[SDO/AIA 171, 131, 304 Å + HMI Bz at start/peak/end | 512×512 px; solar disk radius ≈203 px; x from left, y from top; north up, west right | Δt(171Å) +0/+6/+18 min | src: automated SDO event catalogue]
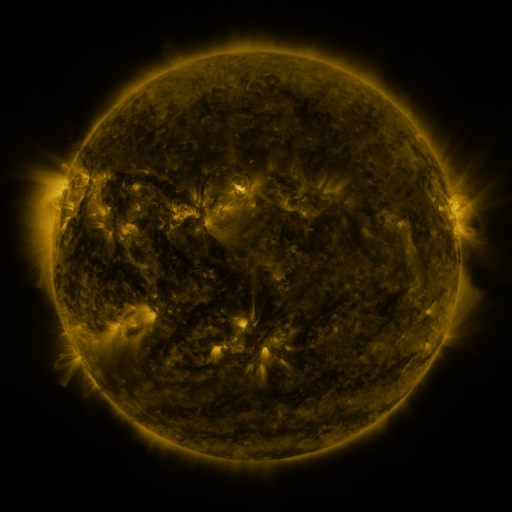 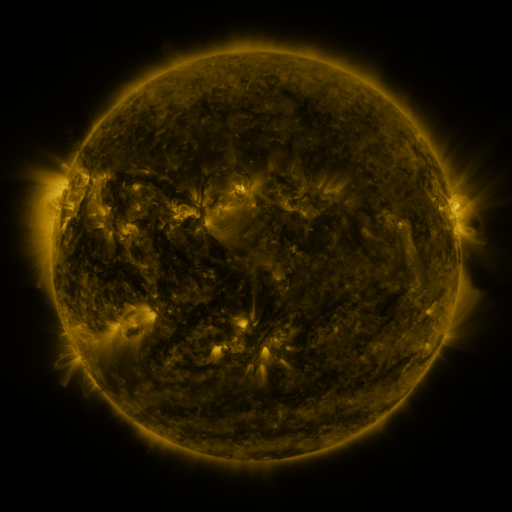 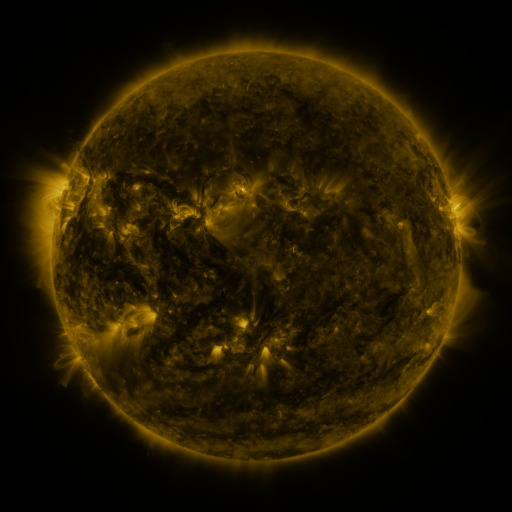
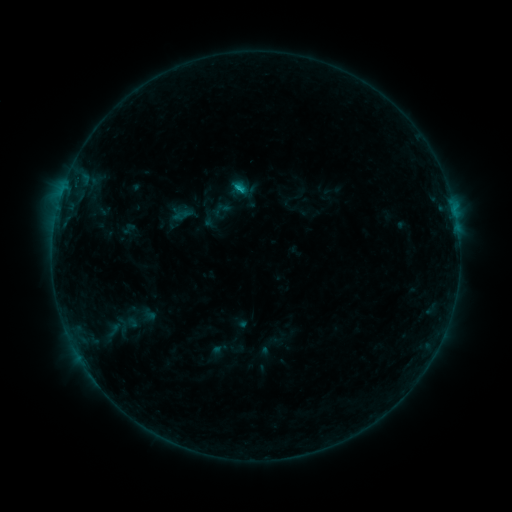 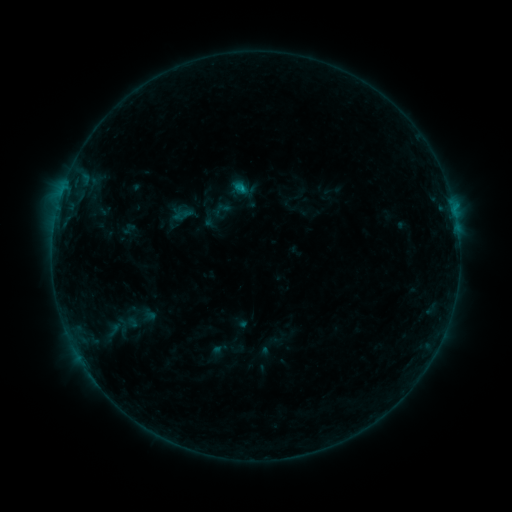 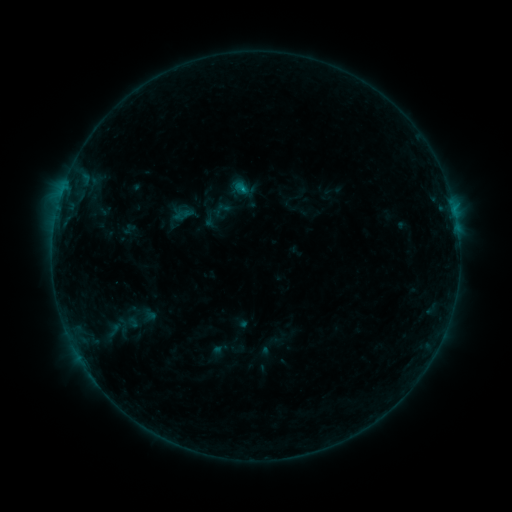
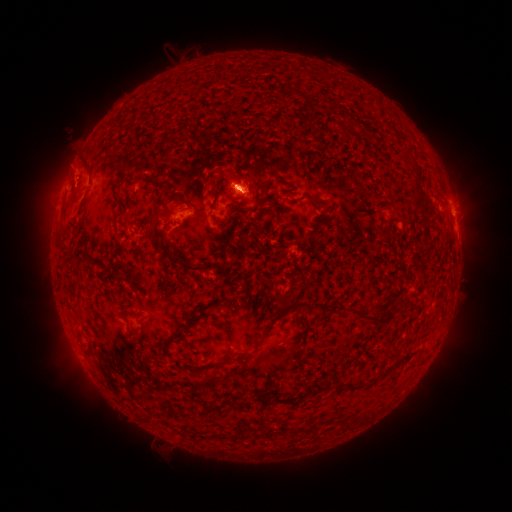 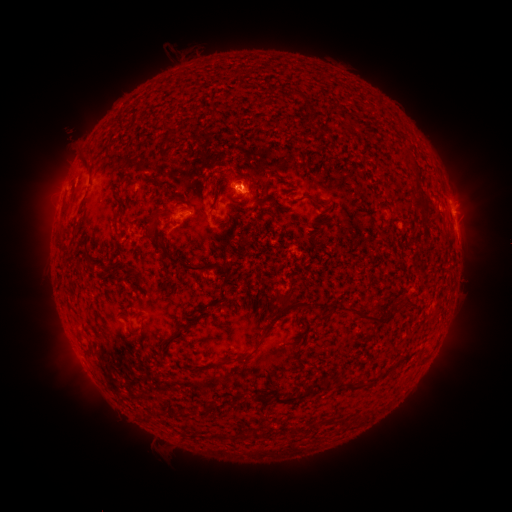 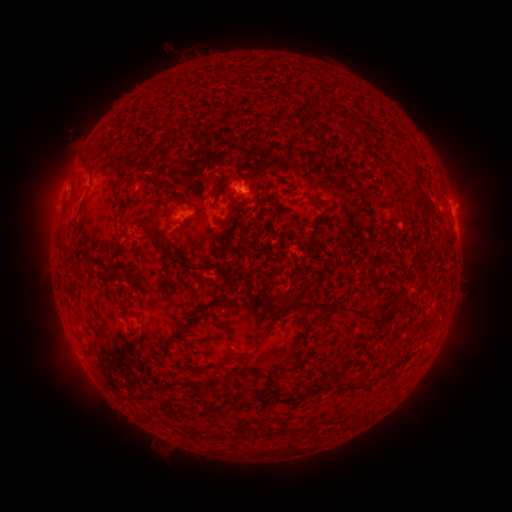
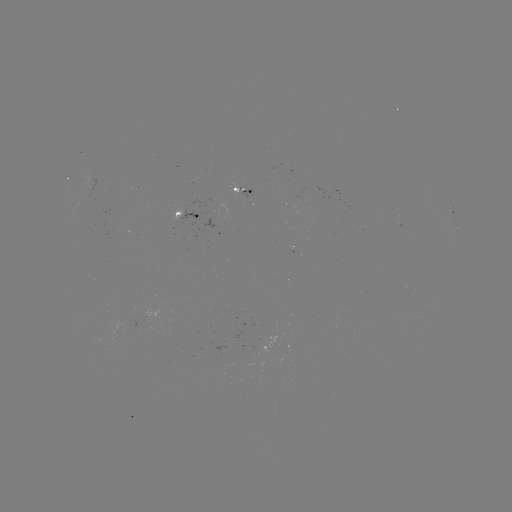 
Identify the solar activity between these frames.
B7.9 flare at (242, 188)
